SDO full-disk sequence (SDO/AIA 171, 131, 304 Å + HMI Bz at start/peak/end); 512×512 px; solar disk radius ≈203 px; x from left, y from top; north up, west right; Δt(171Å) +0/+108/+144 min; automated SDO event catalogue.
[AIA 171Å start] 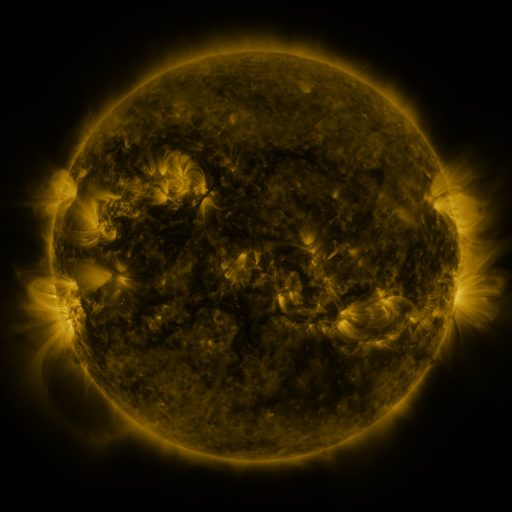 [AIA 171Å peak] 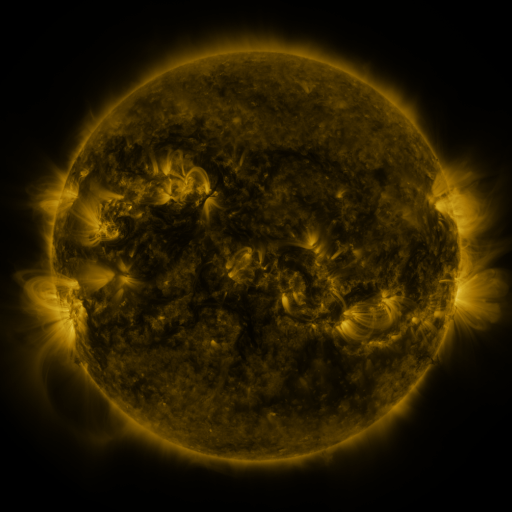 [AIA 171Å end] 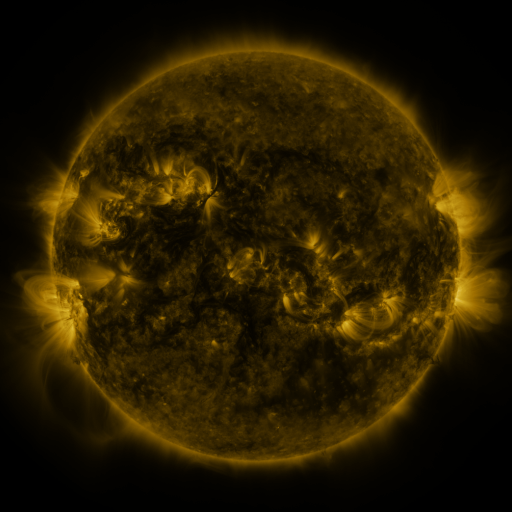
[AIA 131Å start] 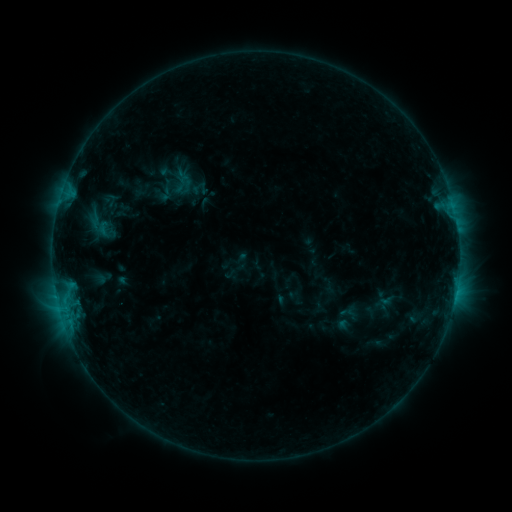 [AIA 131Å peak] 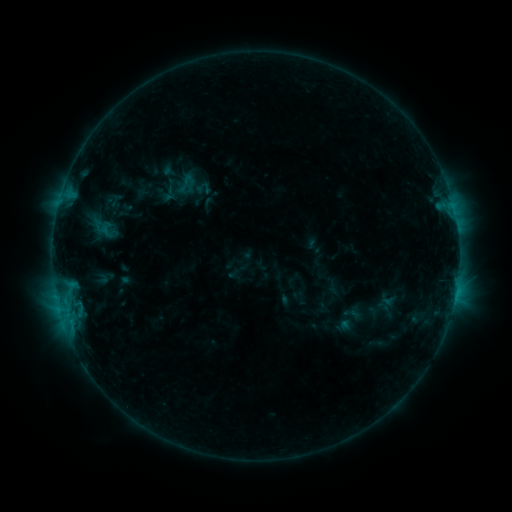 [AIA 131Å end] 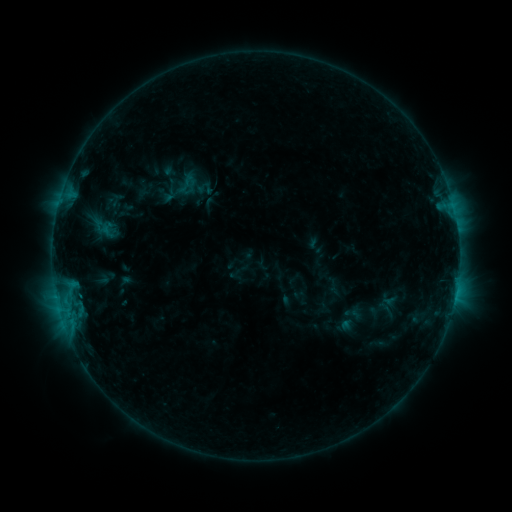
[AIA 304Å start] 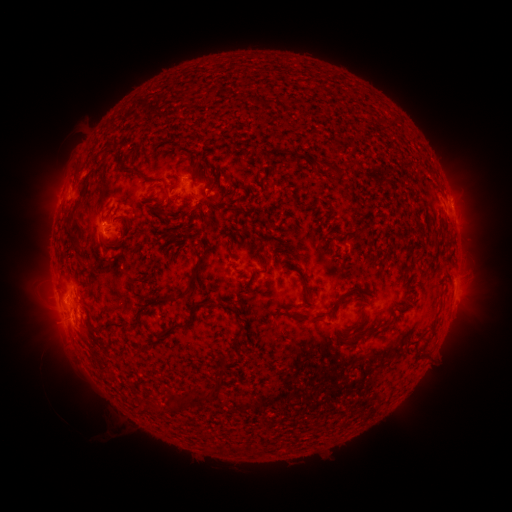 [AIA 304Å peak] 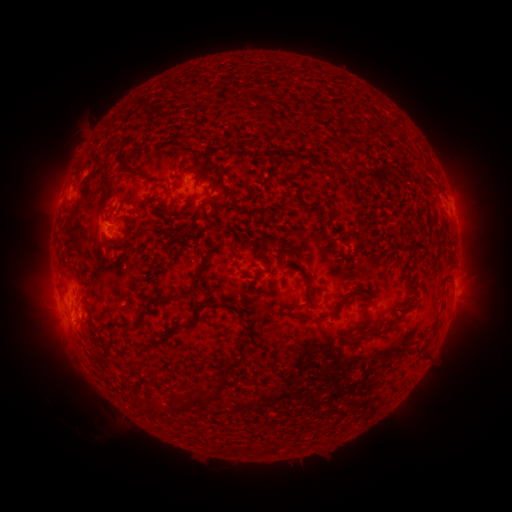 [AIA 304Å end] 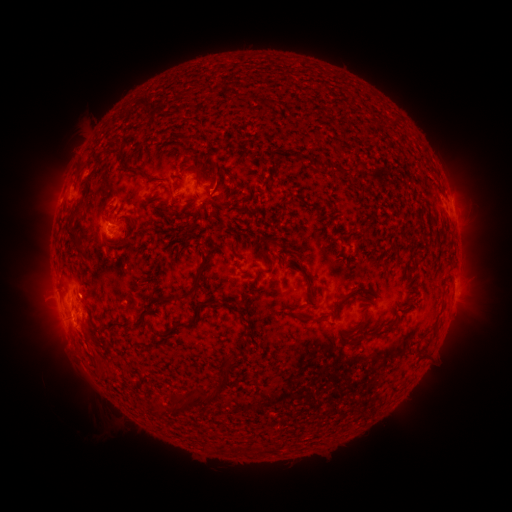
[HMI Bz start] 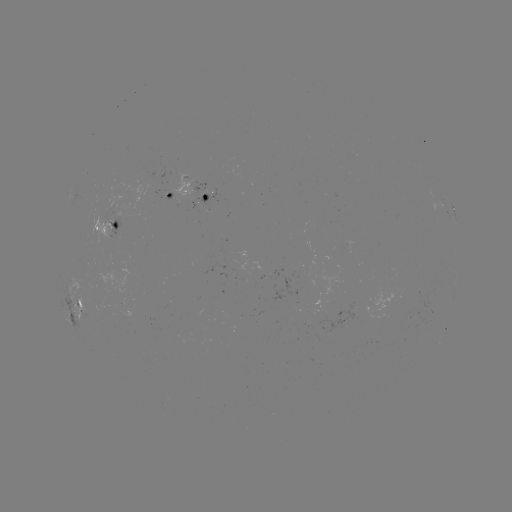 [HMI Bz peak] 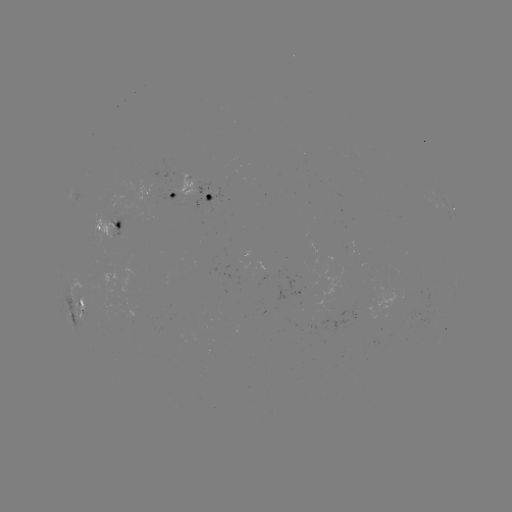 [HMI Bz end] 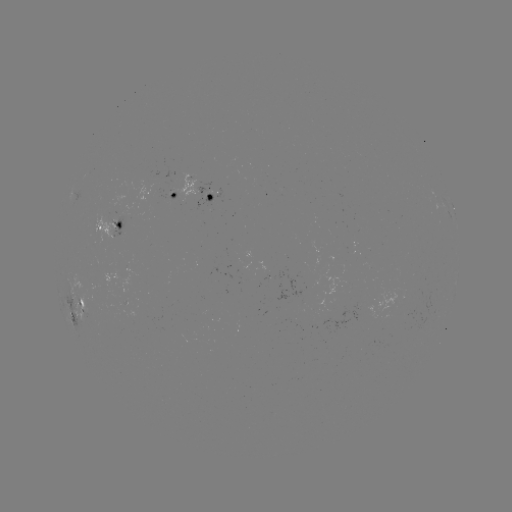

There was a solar emerging-flux region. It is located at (127, 308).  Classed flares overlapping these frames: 3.